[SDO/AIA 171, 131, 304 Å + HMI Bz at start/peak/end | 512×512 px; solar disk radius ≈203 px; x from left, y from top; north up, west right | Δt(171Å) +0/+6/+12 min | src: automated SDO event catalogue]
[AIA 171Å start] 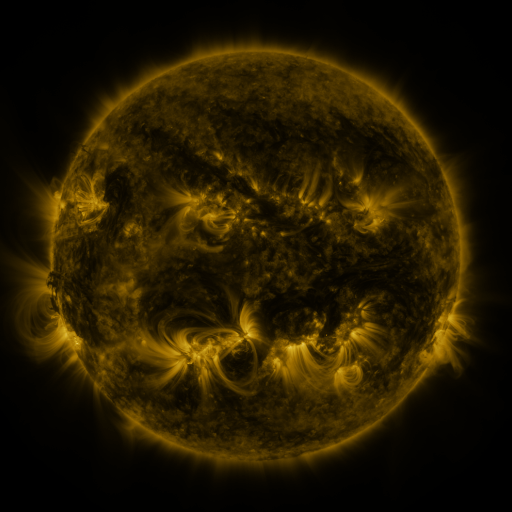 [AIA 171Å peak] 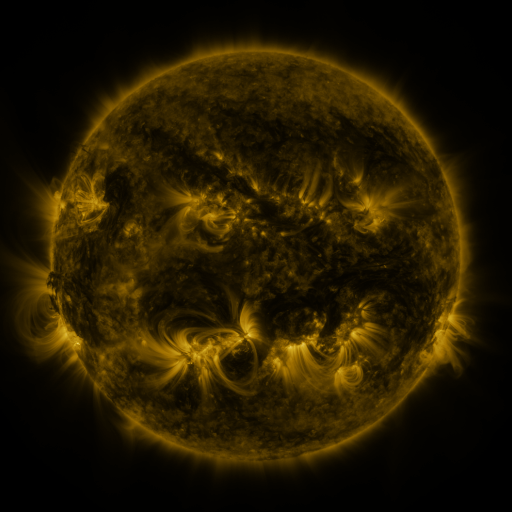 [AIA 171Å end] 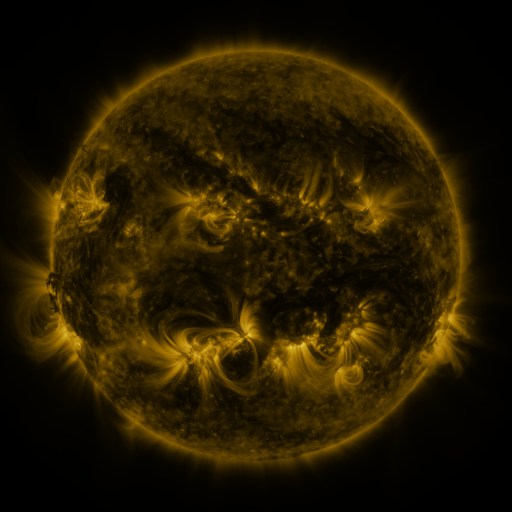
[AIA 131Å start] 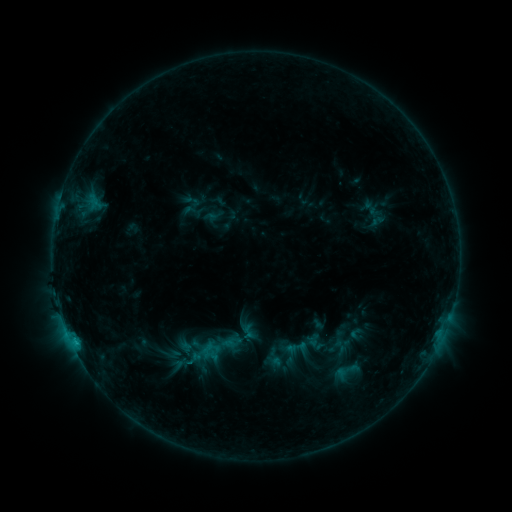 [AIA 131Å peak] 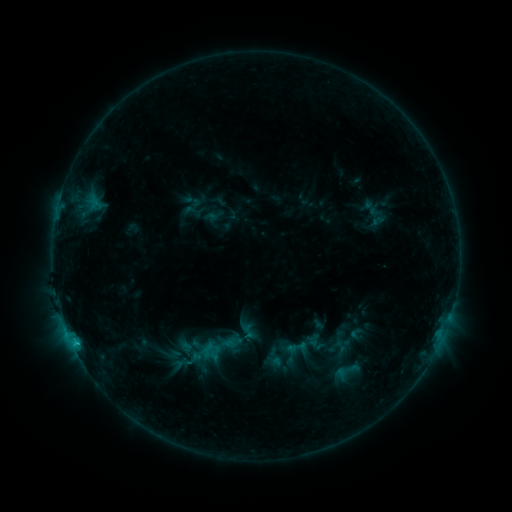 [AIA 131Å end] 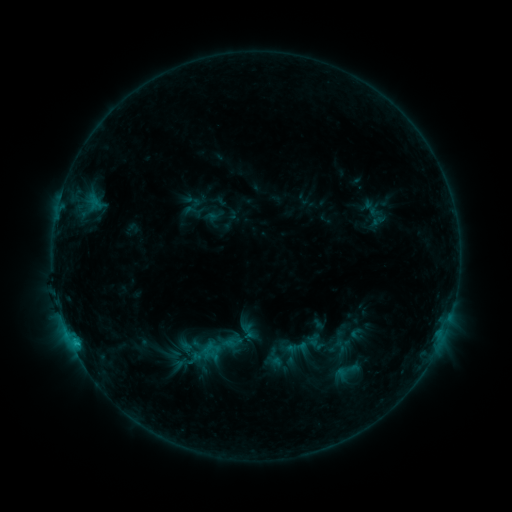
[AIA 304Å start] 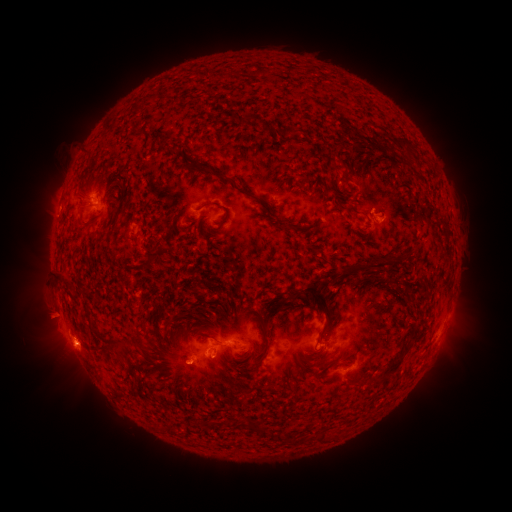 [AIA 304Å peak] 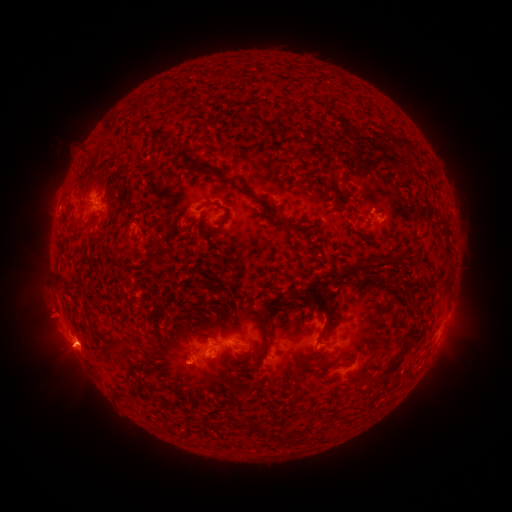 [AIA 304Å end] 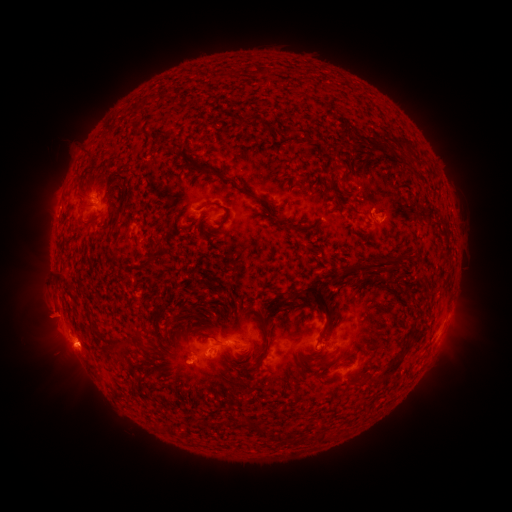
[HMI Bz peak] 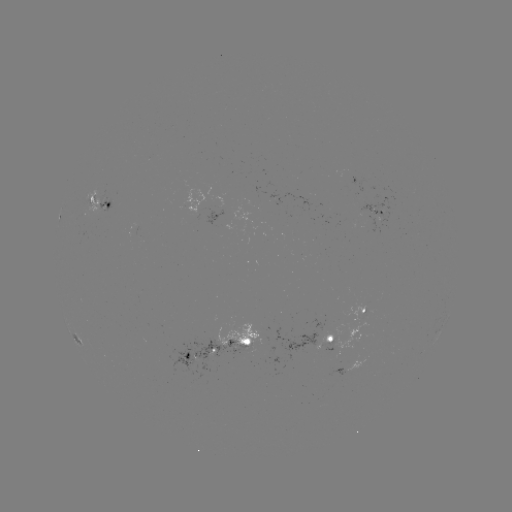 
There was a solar eruption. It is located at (67, 354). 